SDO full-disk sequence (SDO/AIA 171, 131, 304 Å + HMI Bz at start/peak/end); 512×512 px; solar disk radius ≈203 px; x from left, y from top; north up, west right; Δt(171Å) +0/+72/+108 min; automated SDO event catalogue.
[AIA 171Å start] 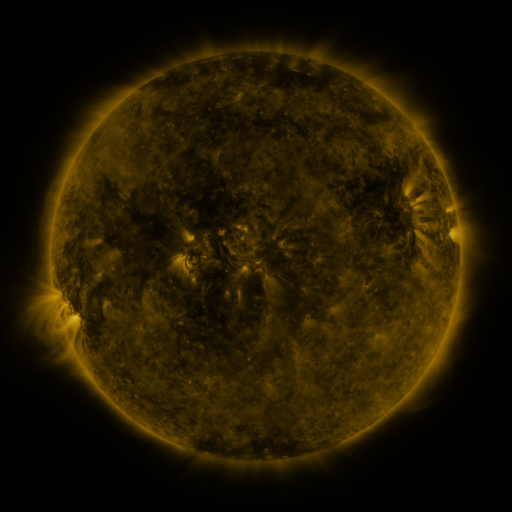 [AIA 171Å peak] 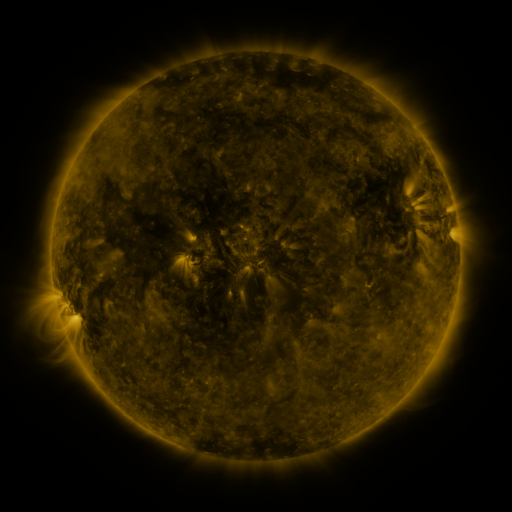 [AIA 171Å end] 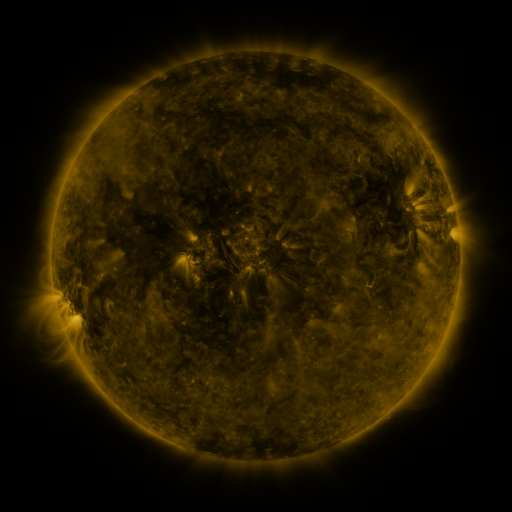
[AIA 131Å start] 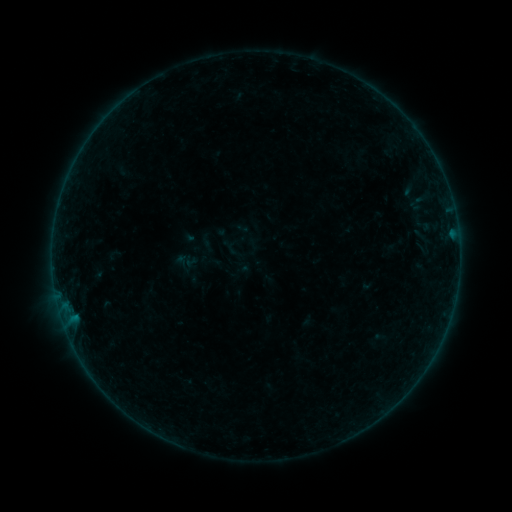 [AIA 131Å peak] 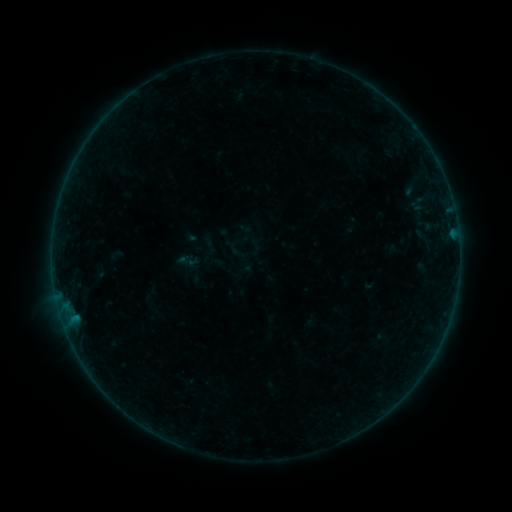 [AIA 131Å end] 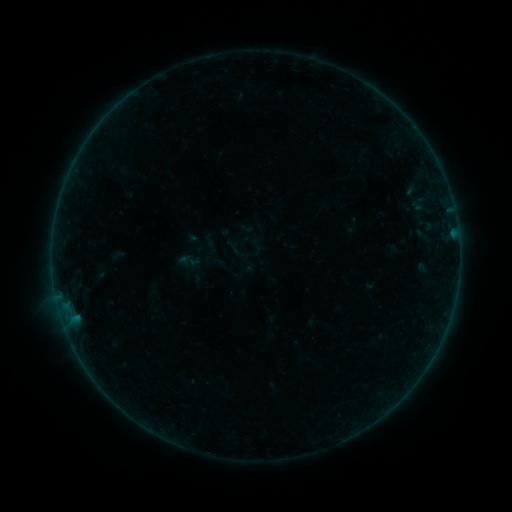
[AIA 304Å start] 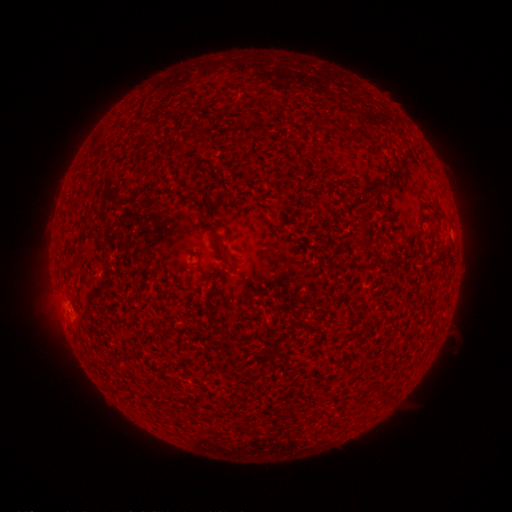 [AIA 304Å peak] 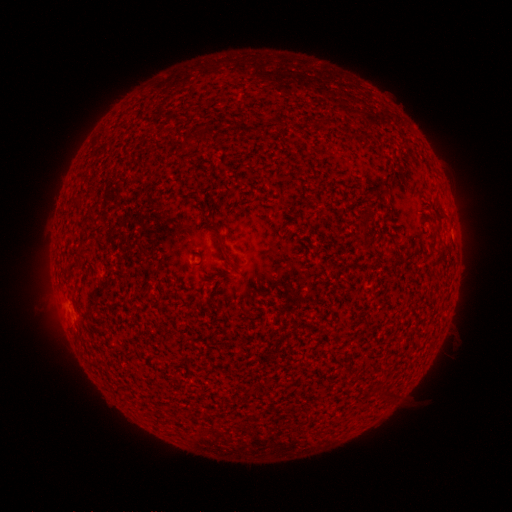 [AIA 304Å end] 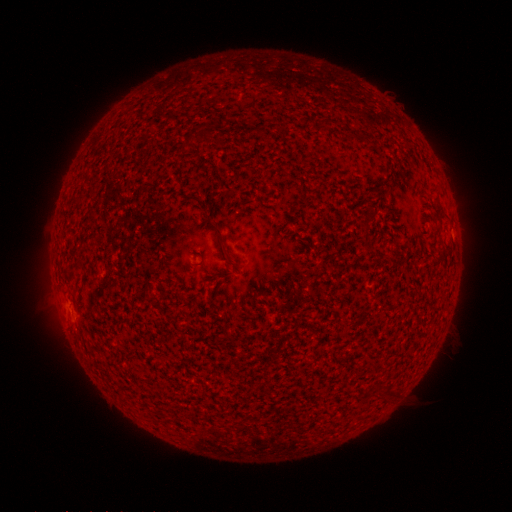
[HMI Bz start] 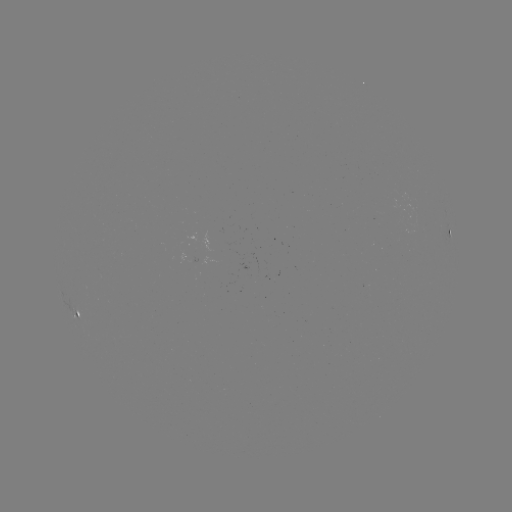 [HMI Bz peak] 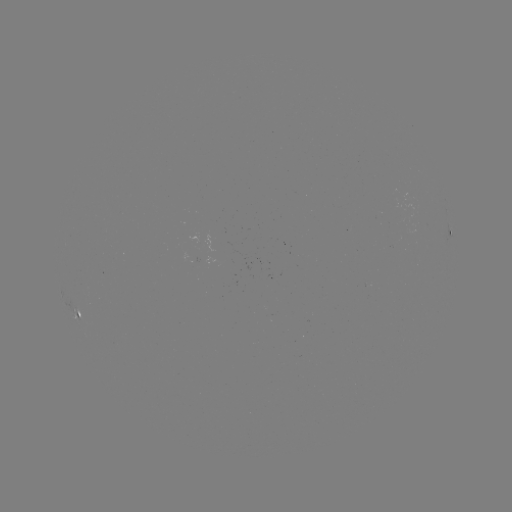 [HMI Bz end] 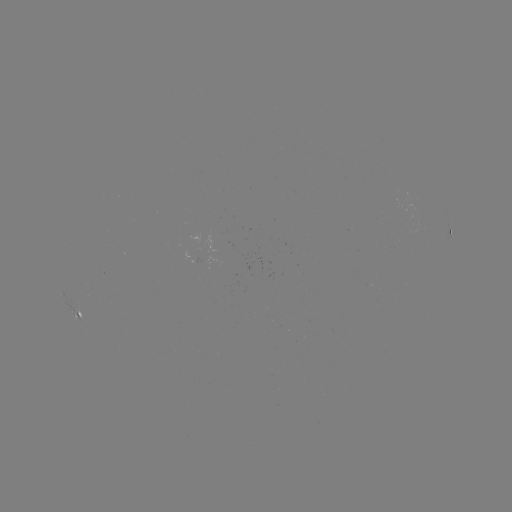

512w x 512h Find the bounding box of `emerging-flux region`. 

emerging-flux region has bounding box [193, 231, 212, 261].